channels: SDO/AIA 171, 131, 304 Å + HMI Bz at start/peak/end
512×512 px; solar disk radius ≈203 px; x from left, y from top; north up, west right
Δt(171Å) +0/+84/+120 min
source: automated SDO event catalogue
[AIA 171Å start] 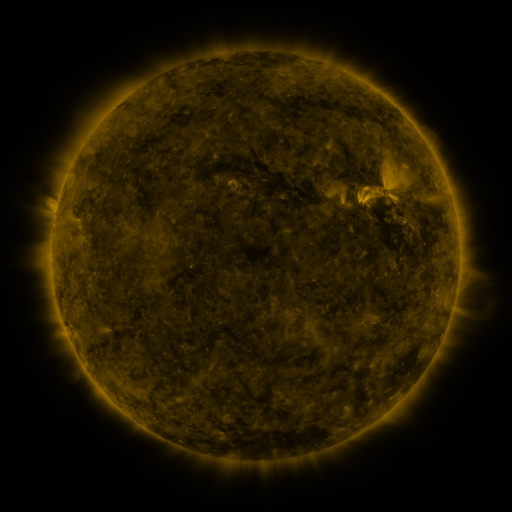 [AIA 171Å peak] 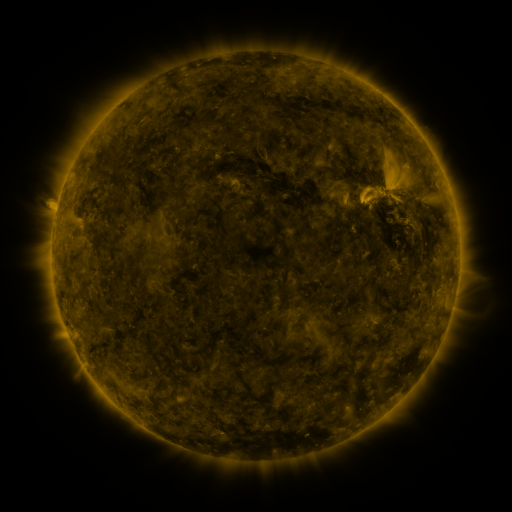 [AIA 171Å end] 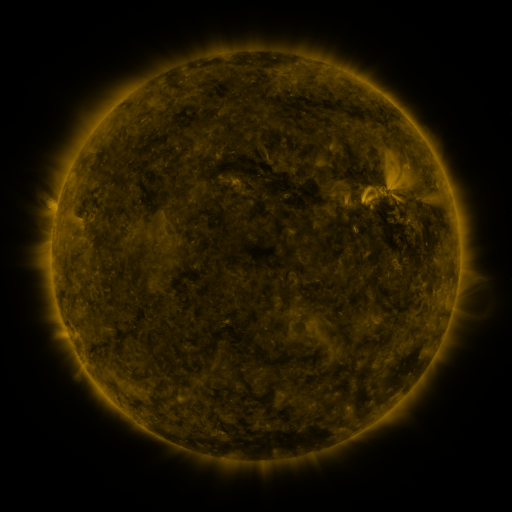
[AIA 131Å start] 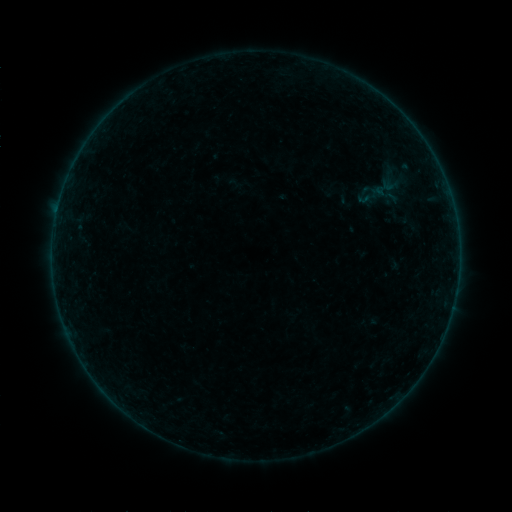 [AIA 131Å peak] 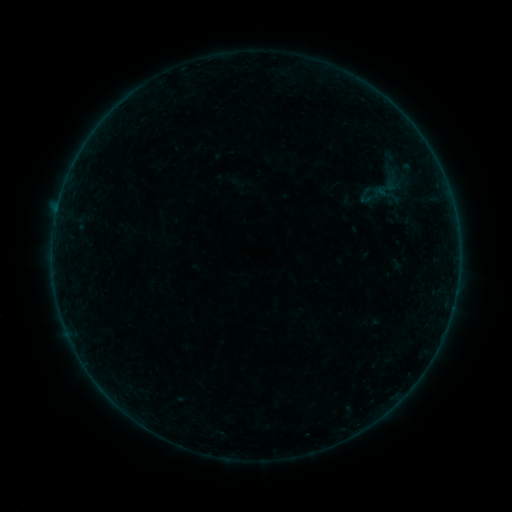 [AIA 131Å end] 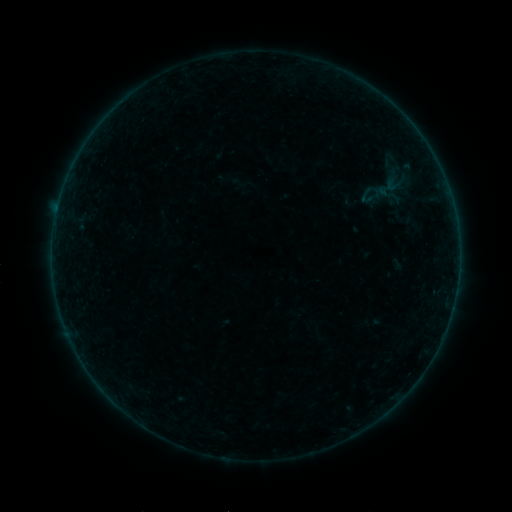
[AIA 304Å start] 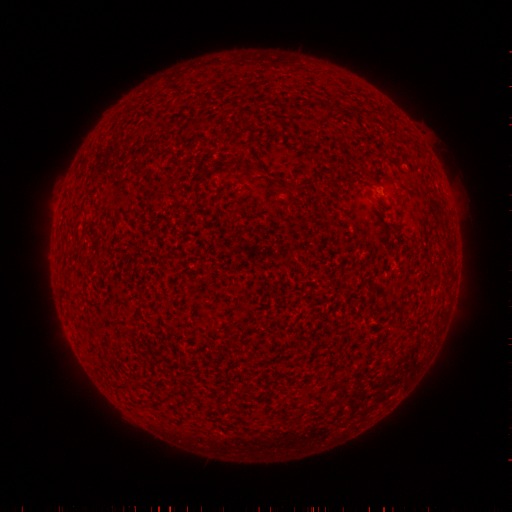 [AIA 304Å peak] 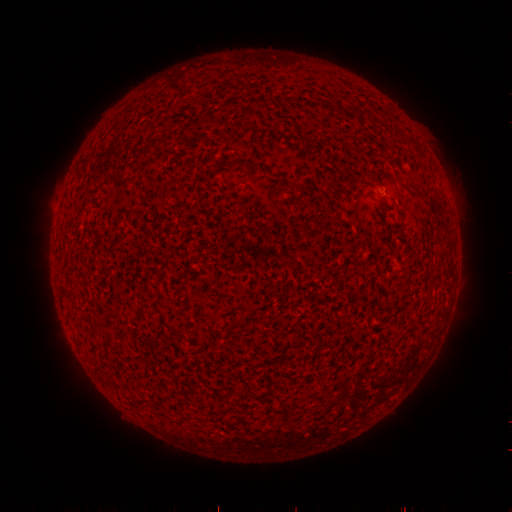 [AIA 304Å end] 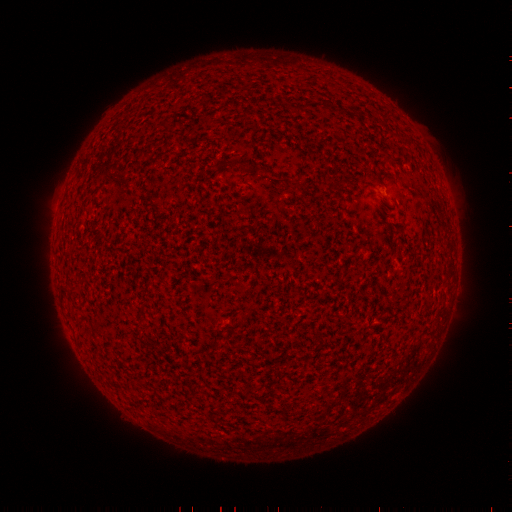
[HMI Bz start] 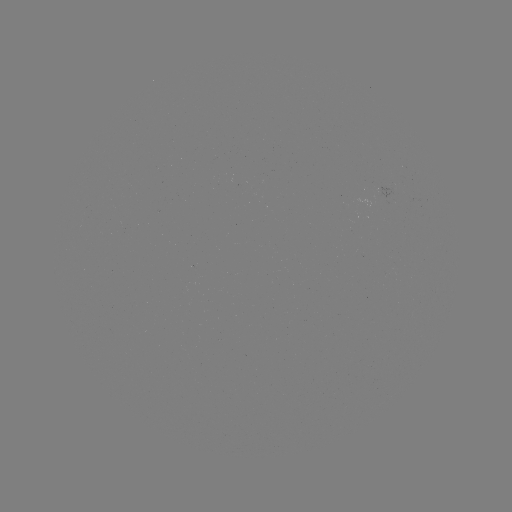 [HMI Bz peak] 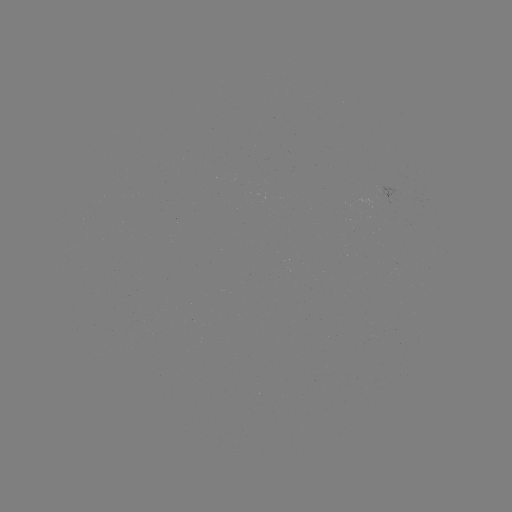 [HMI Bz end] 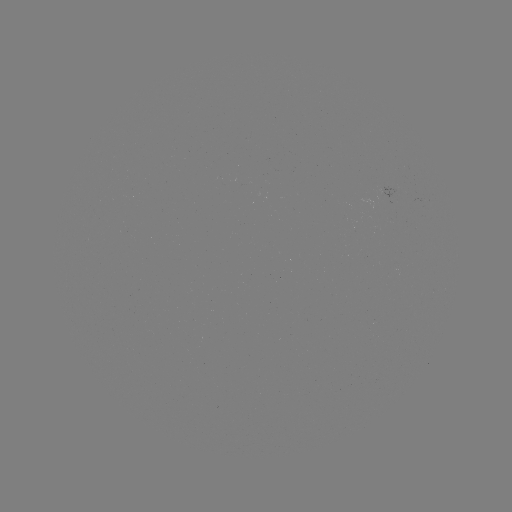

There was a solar emerging-flux region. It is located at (392, 188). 